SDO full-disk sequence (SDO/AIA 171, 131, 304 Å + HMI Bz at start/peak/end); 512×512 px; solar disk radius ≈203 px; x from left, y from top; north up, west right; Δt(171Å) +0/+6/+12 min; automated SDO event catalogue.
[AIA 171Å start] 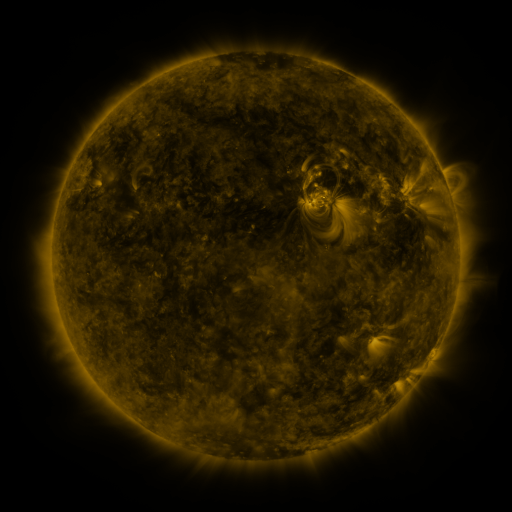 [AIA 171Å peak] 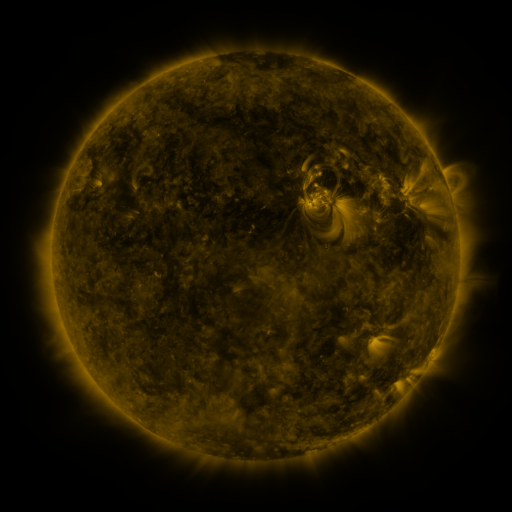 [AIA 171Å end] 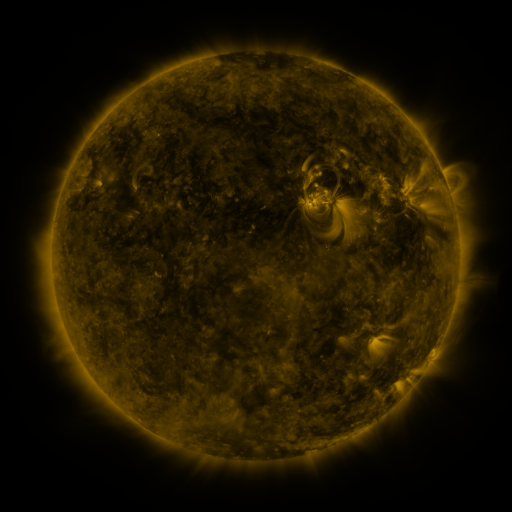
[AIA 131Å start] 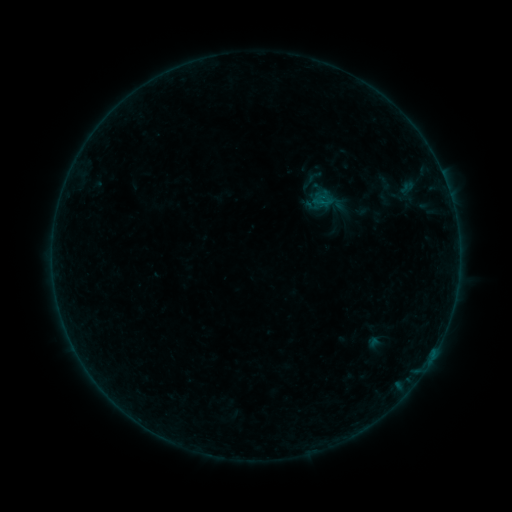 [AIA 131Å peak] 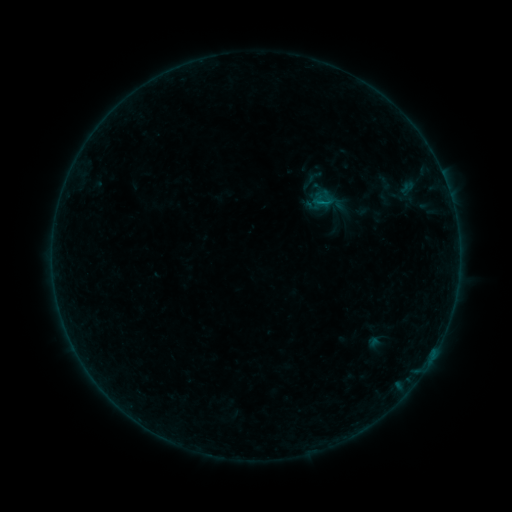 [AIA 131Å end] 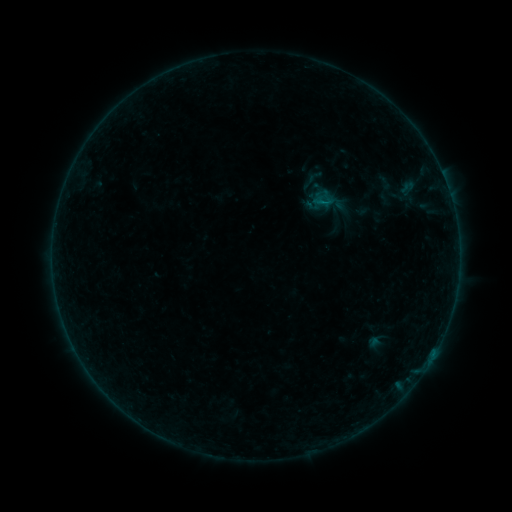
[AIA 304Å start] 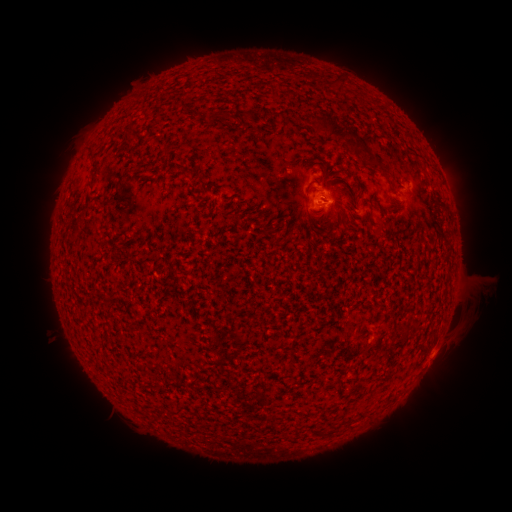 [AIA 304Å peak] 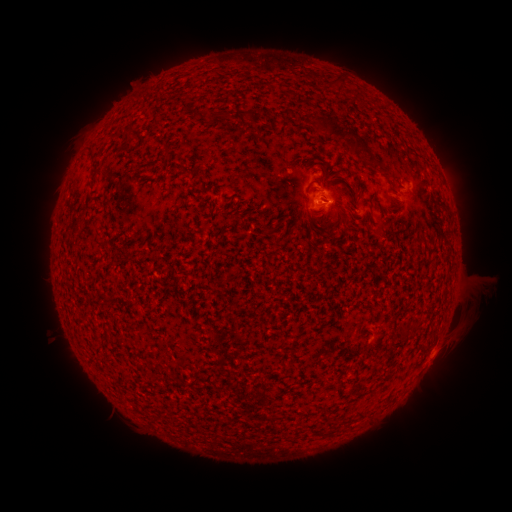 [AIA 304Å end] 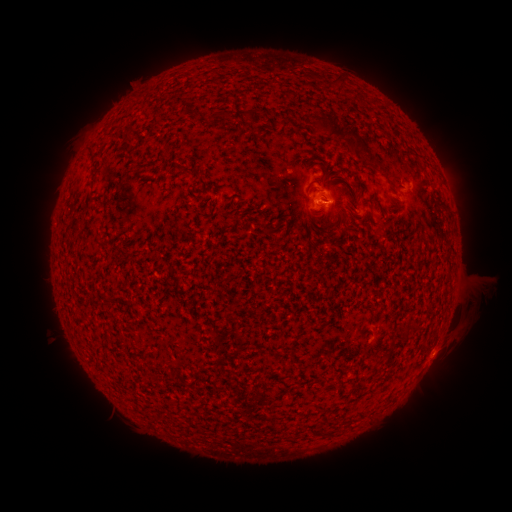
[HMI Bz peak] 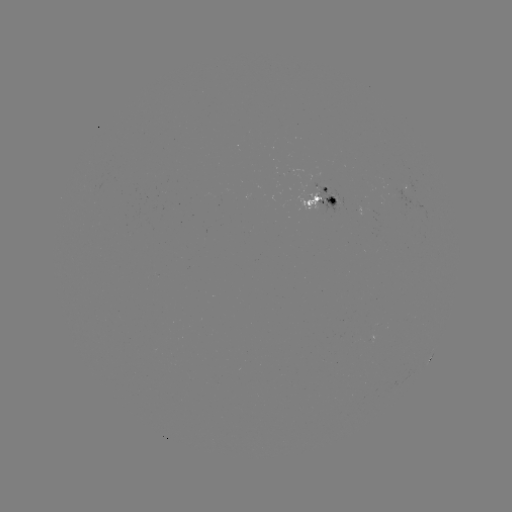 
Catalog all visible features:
B1.9 flare: (321, 205)
